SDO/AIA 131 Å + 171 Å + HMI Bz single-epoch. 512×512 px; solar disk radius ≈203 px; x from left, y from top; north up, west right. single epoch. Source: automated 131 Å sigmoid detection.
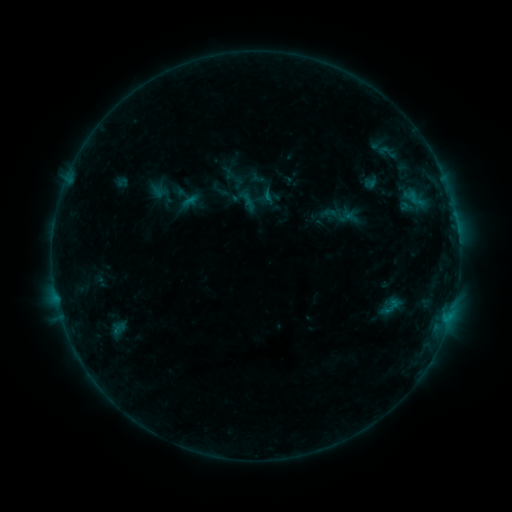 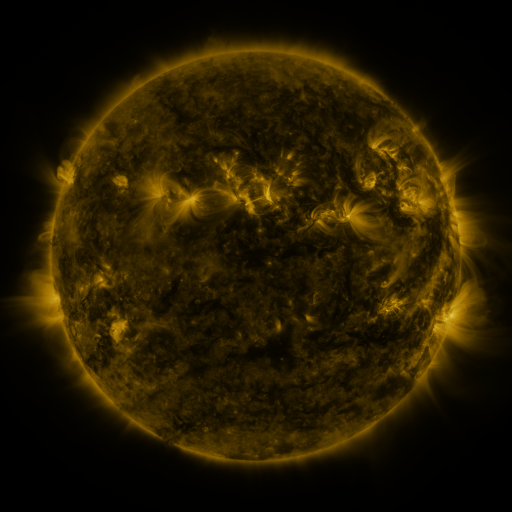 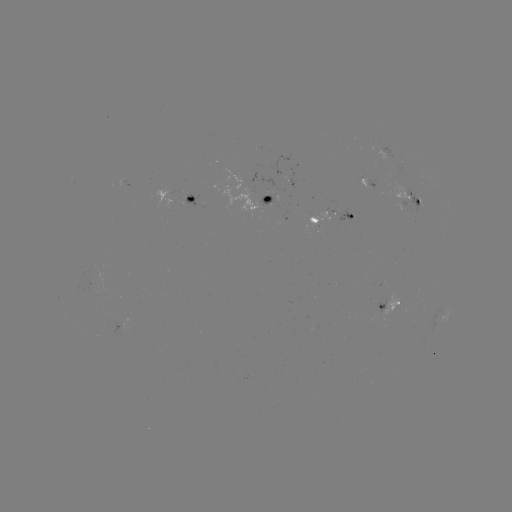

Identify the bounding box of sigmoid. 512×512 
[379, 294, 402, 321].